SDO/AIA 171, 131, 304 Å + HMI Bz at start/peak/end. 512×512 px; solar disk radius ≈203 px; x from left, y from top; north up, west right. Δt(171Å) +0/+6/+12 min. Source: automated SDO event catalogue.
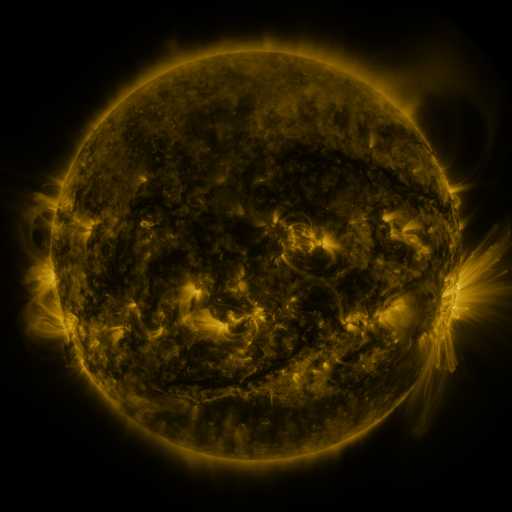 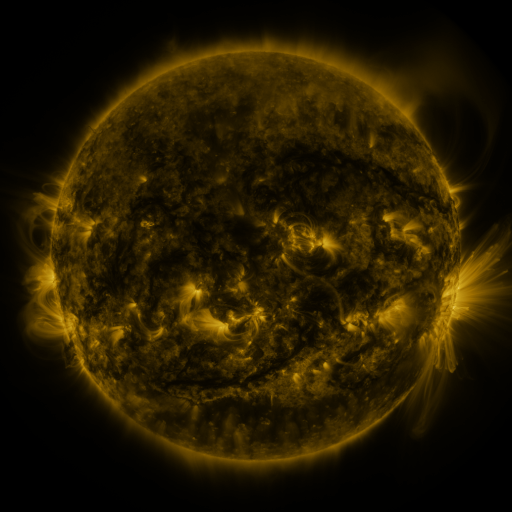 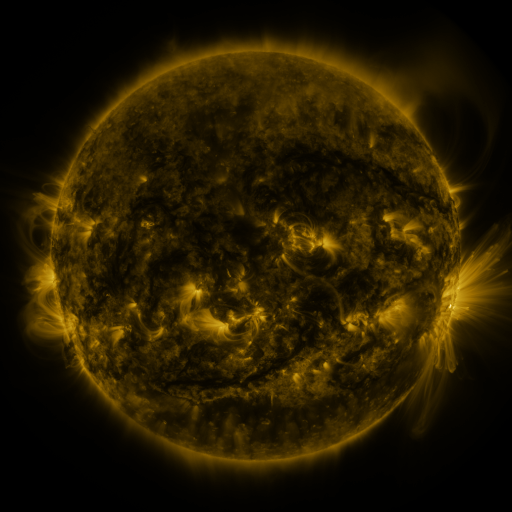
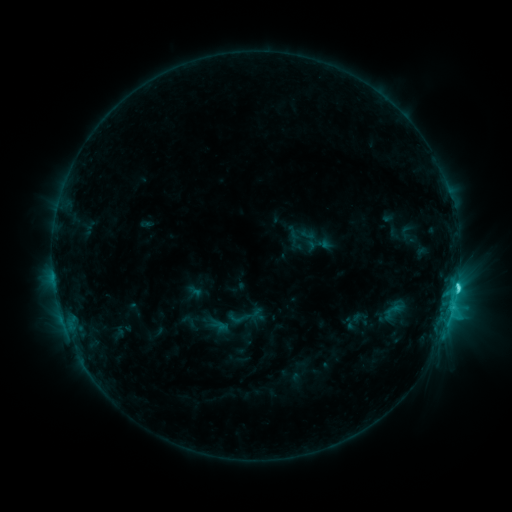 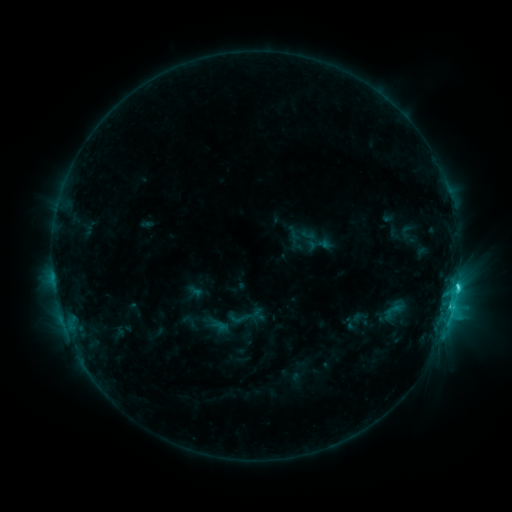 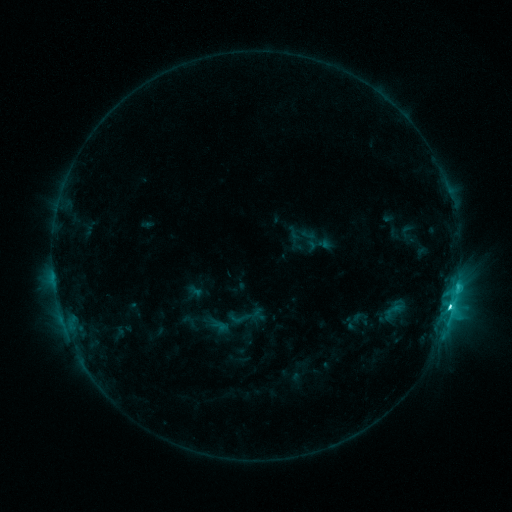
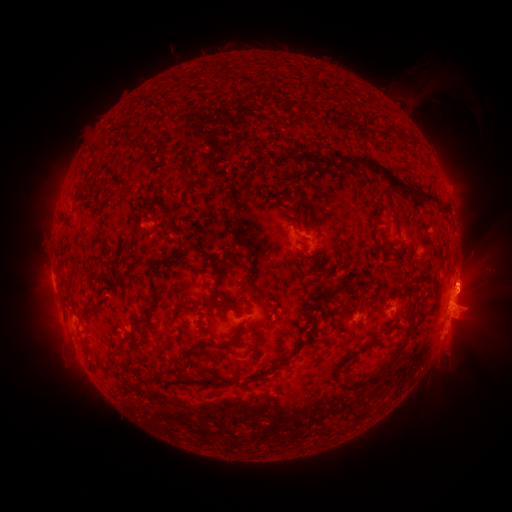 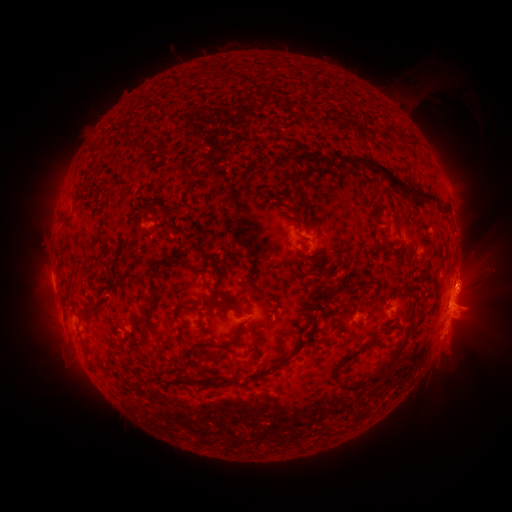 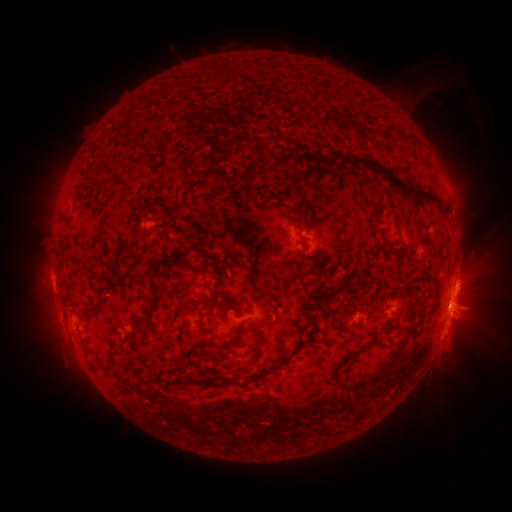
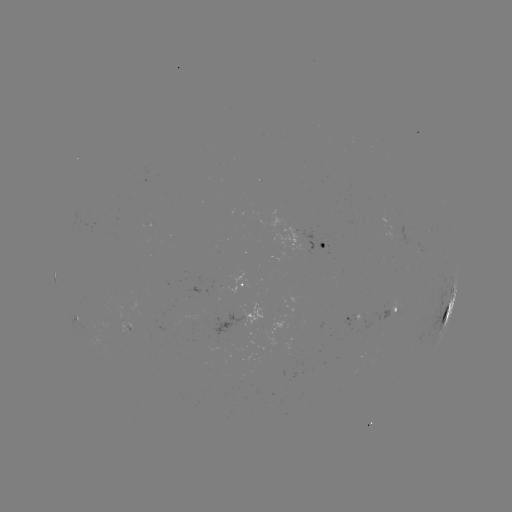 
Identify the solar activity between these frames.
M1.3 flare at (449, 305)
